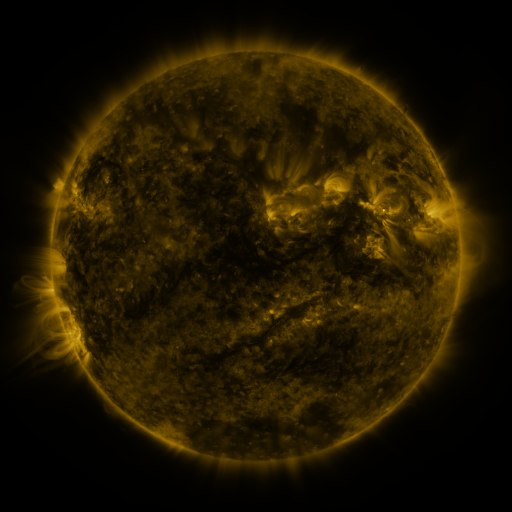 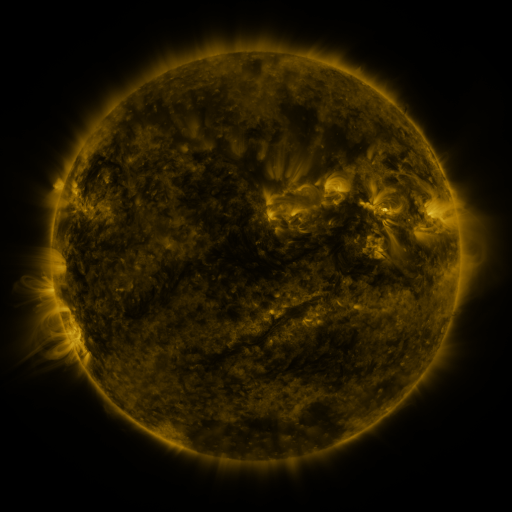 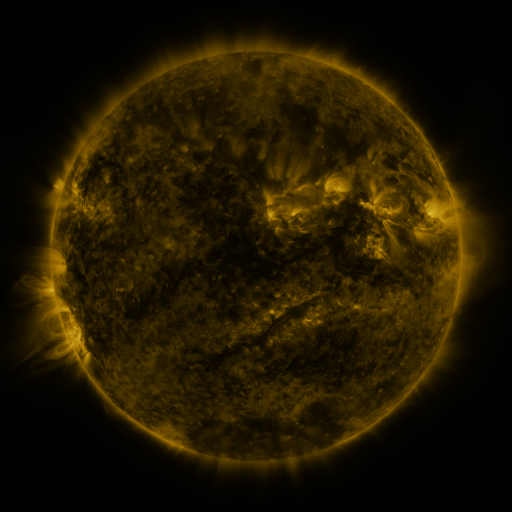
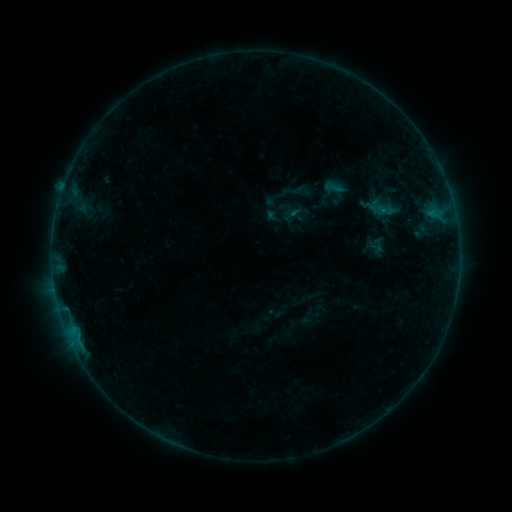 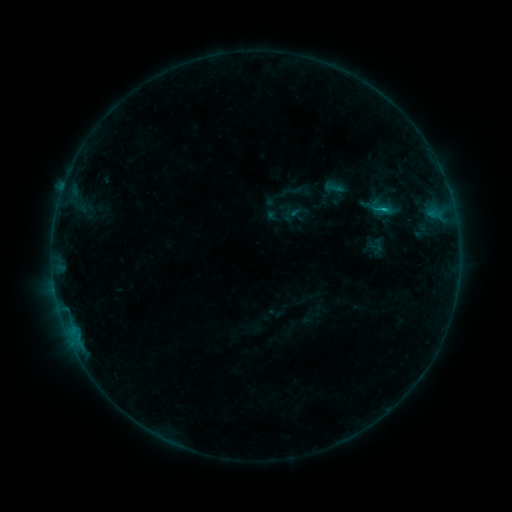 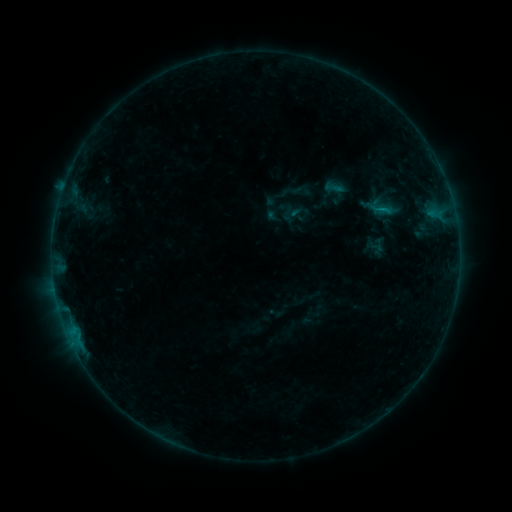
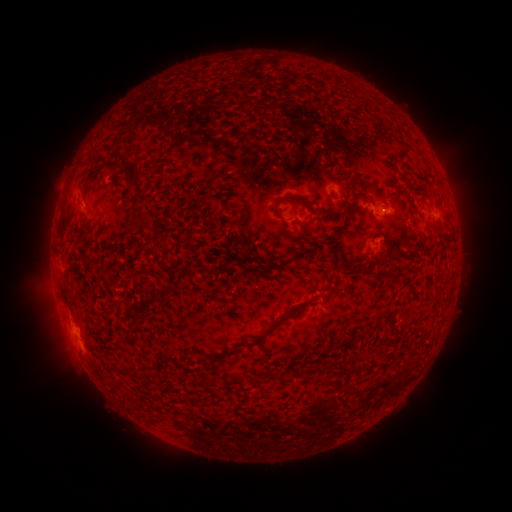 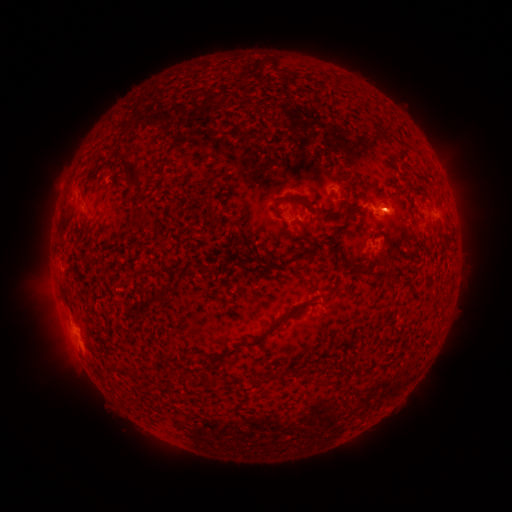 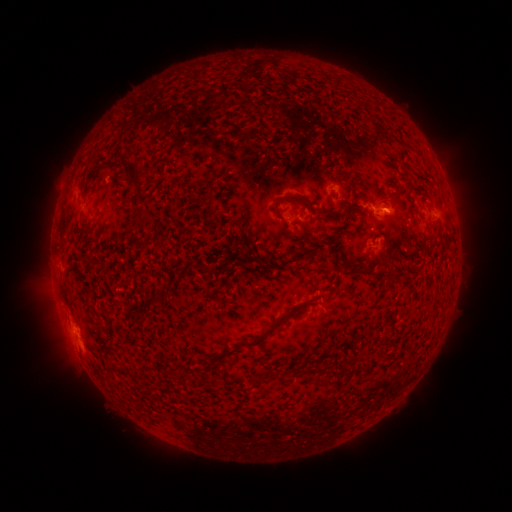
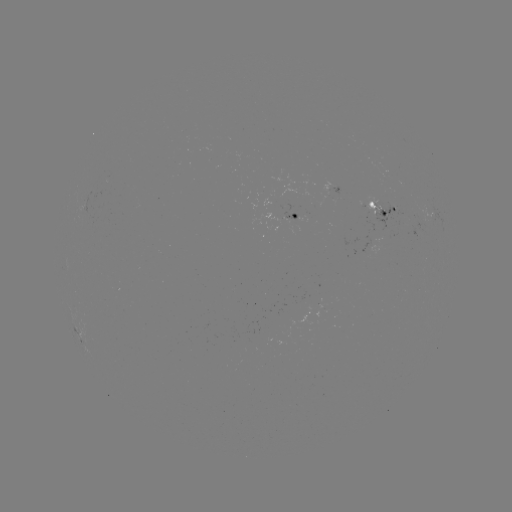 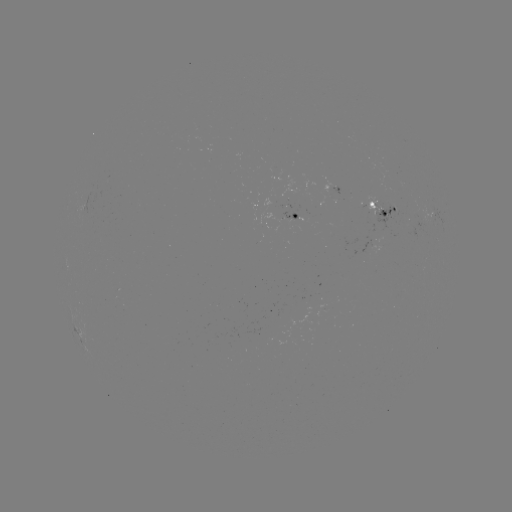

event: flare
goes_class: B5.1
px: (383, 212)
